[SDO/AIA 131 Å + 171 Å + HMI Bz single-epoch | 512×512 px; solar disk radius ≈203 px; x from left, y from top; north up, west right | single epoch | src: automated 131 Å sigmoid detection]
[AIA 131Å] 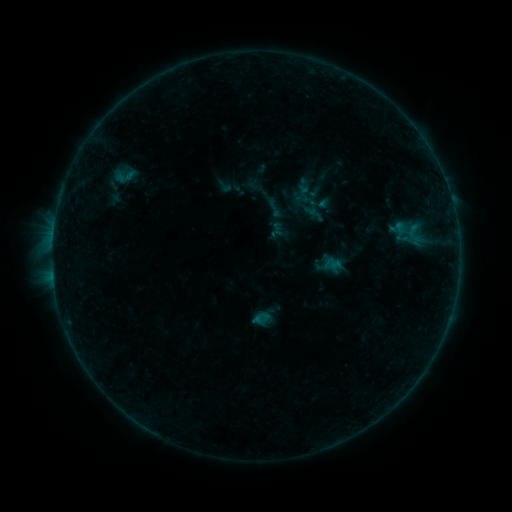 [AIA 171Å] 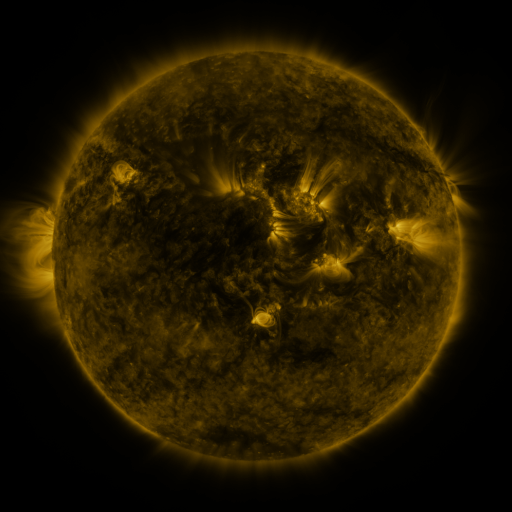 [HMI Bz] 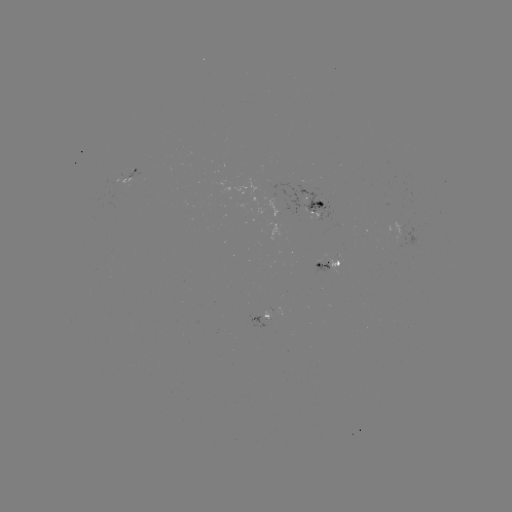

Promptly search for sigmoid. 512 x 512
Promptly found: [274, 208].